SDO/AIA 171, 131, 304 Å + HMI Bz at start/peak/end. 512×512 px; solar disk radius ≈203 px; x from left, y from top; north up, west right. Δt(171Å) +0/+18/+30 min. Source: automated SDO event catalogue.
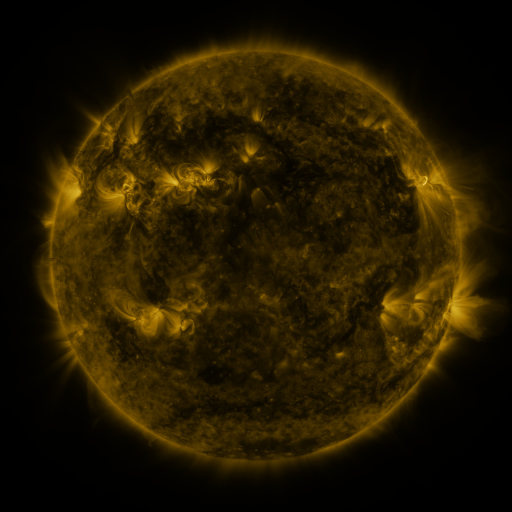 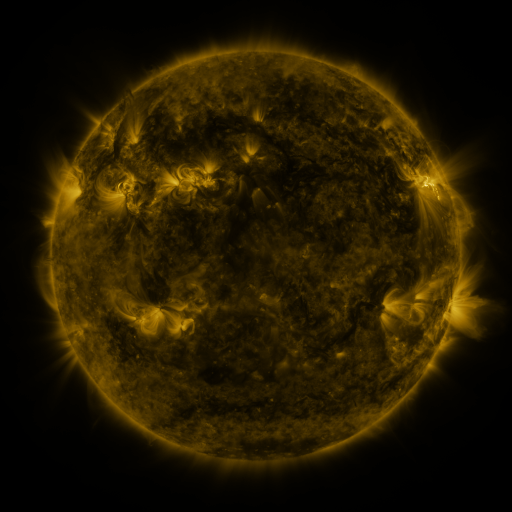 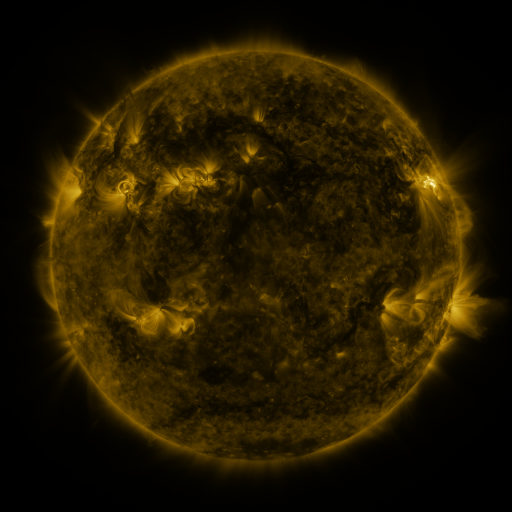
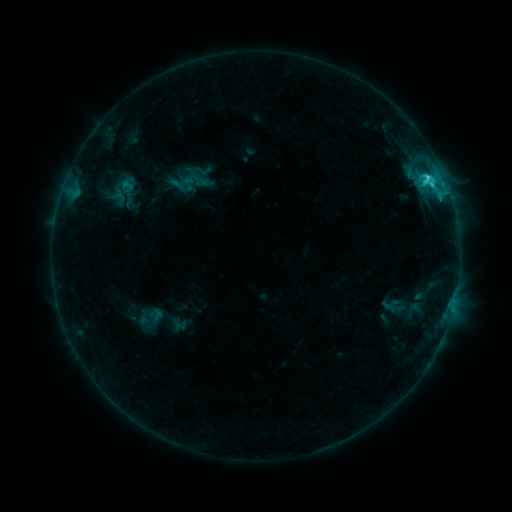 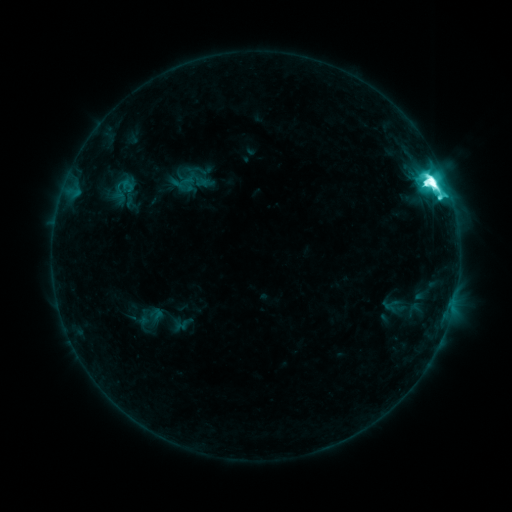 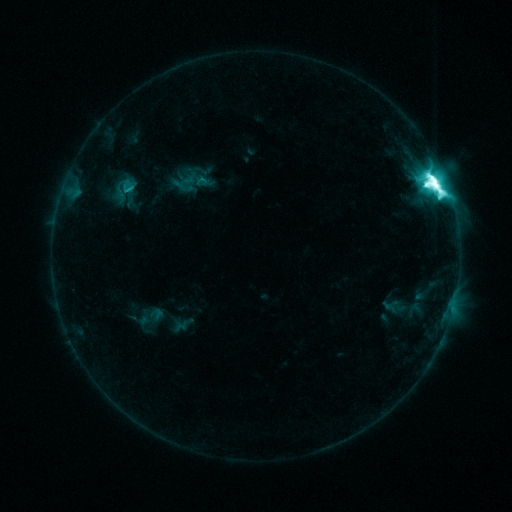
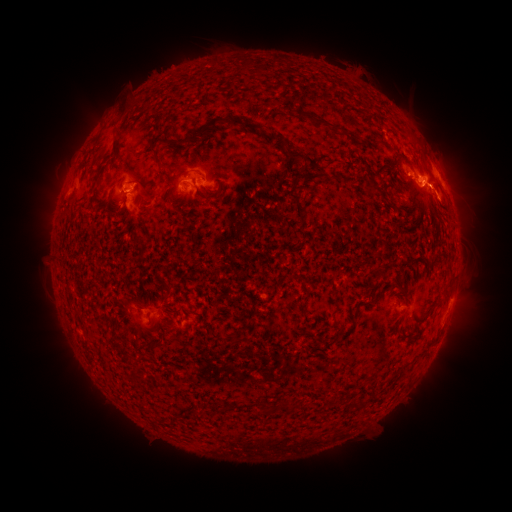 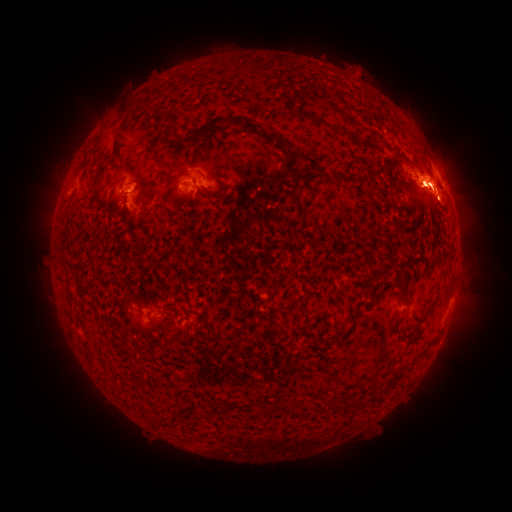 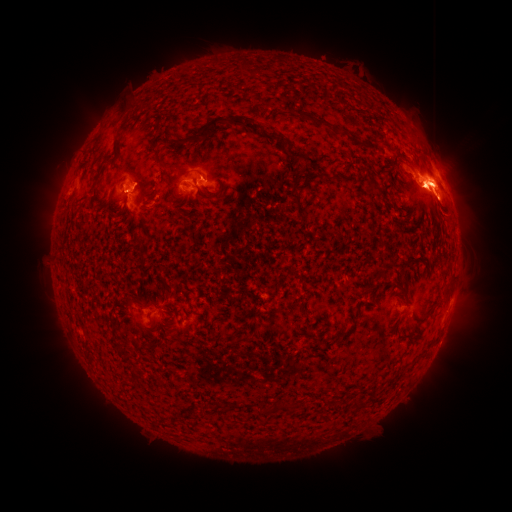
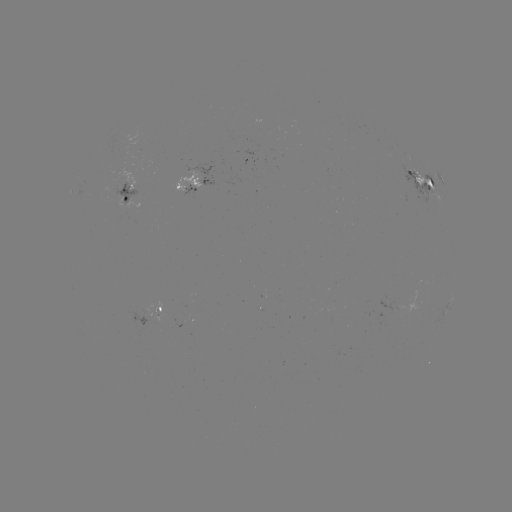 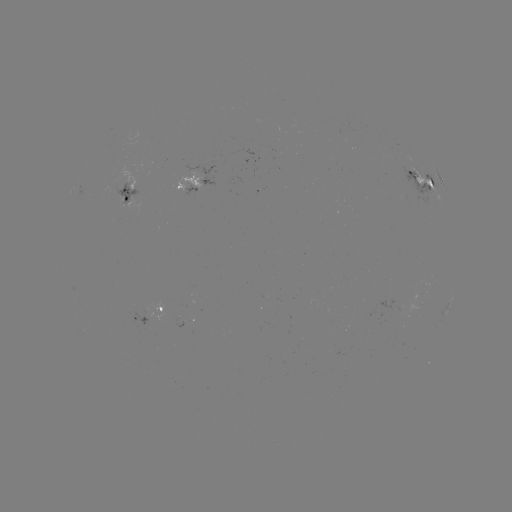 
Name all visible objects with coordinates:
M7.9 flare: (433, 187)
